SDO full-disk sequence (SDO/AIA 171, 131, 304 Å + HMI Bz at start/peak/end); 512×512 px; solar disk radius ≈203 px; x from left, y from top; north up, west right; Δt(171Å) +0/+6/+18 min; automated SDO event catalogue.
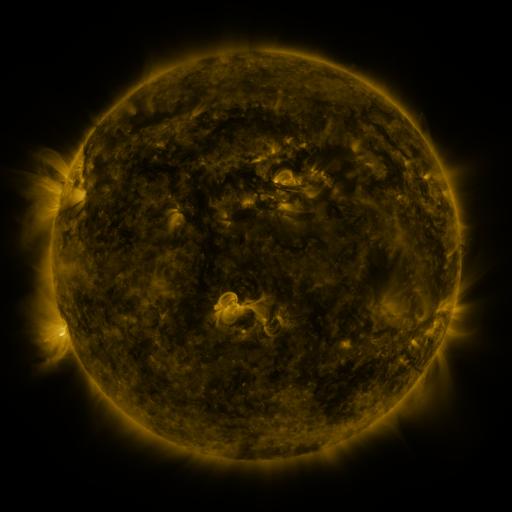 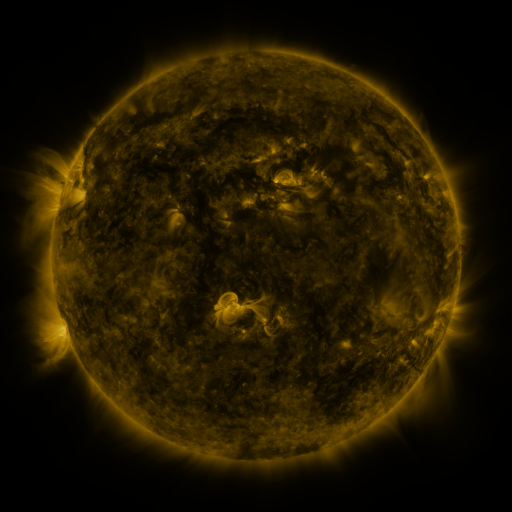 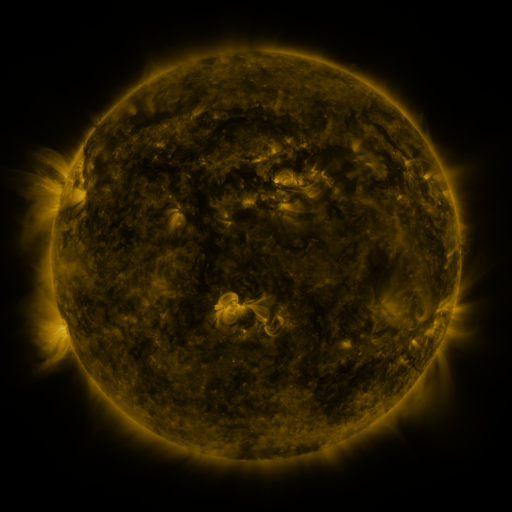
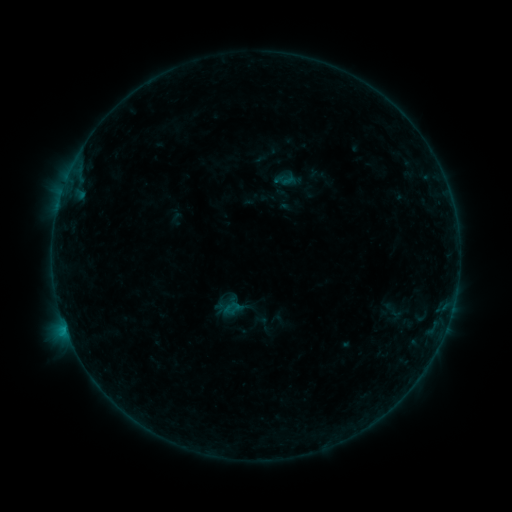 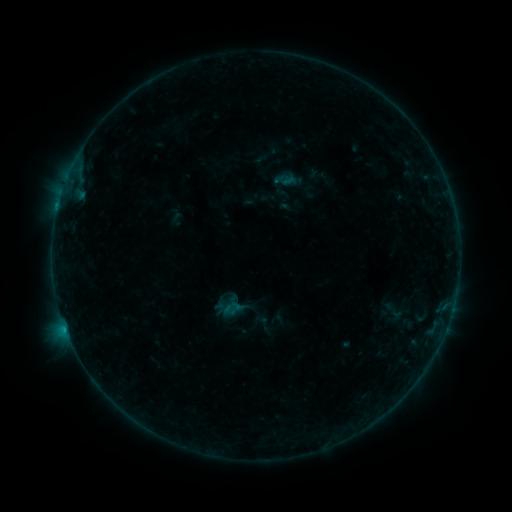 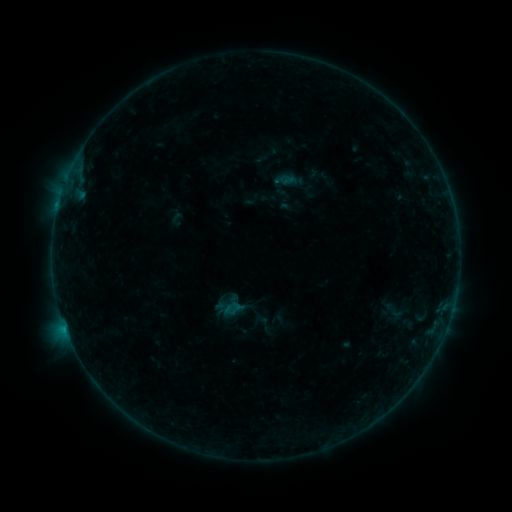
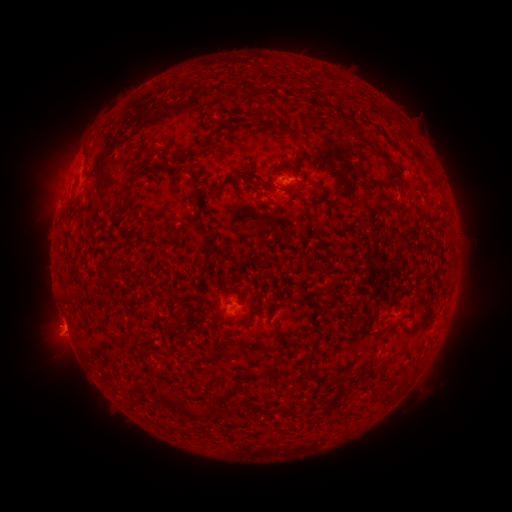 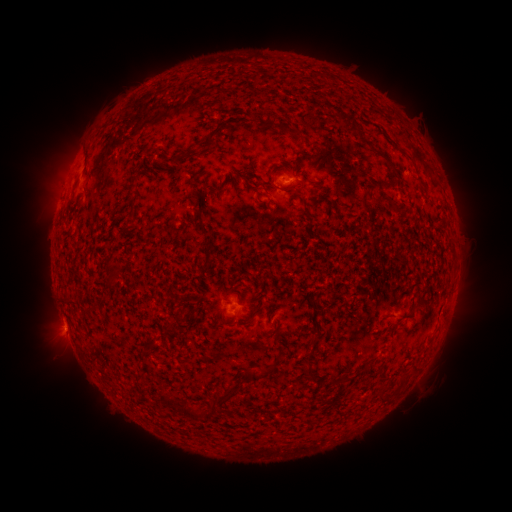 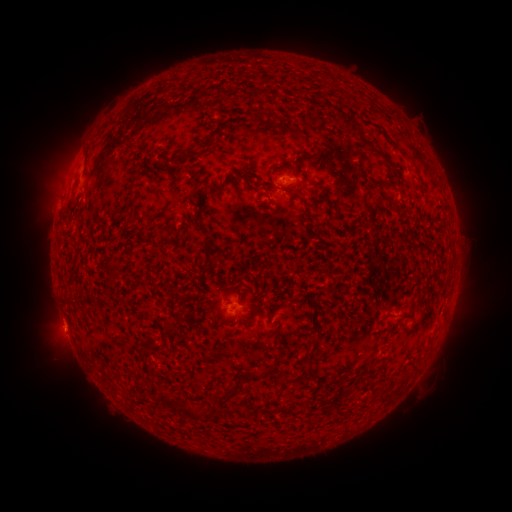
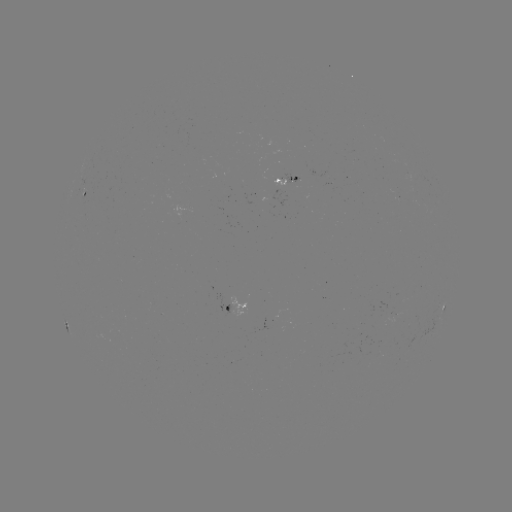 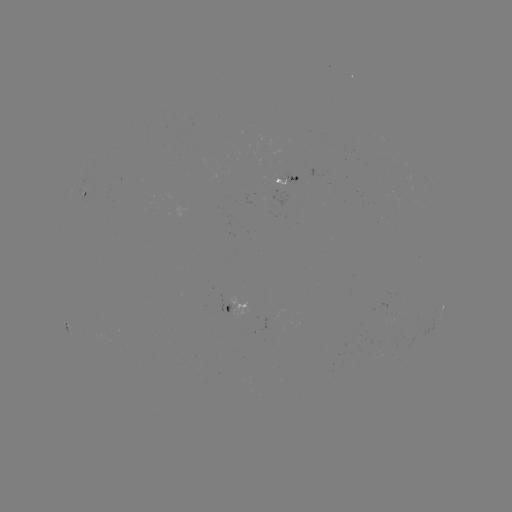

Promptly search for B3.9 flare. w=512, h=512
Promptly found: (58, 210).